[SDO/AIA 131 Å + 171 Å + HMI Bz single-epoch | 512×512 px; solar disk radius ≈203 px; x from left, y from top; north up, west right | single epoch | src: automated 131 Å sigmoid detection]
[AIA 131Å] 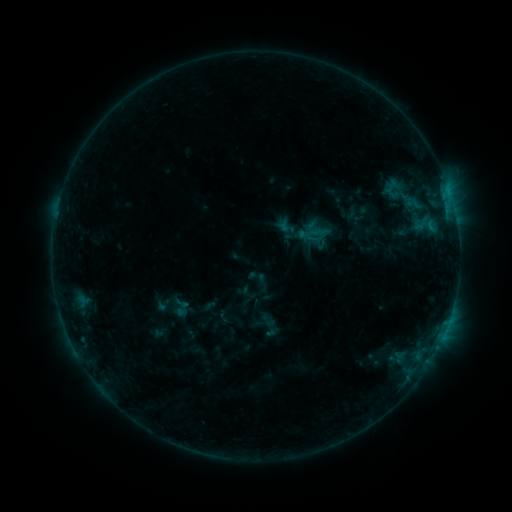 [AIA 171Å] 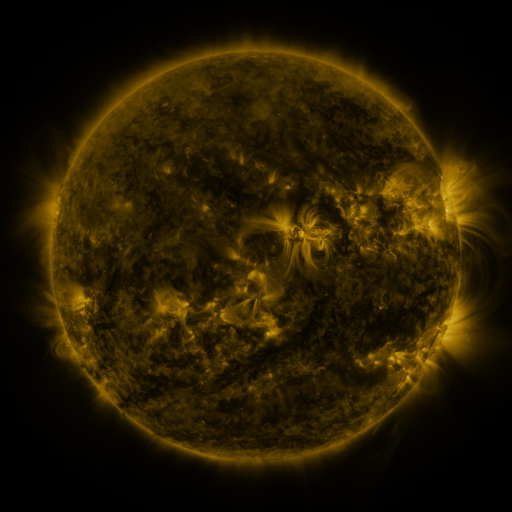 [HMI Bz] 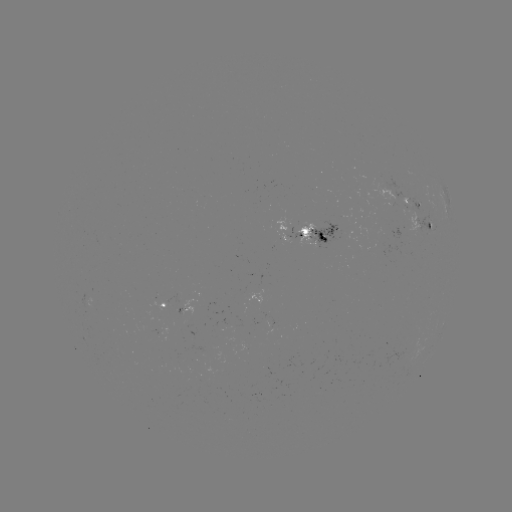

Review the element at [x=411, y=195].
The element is sigmoid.